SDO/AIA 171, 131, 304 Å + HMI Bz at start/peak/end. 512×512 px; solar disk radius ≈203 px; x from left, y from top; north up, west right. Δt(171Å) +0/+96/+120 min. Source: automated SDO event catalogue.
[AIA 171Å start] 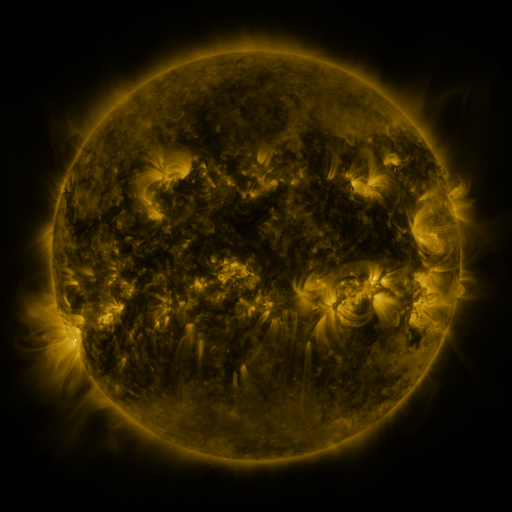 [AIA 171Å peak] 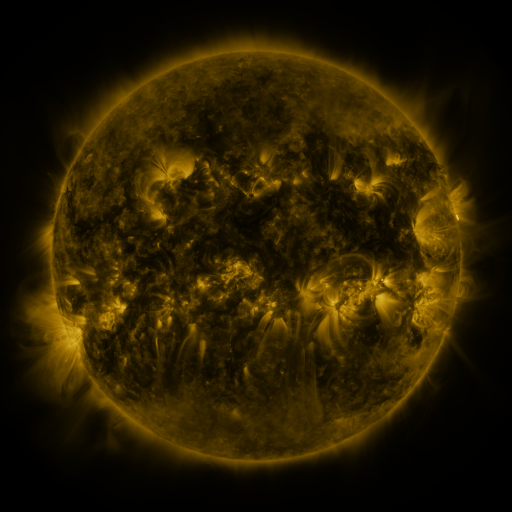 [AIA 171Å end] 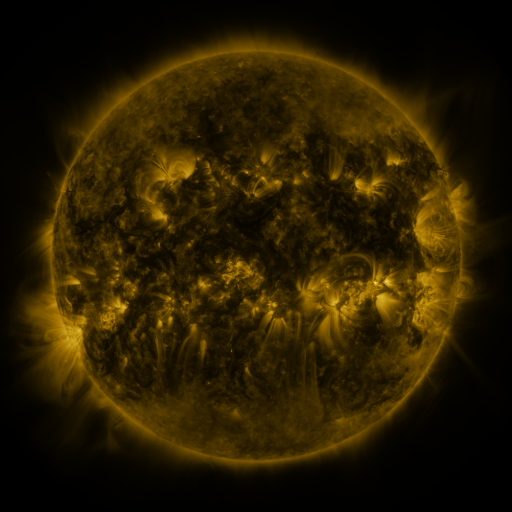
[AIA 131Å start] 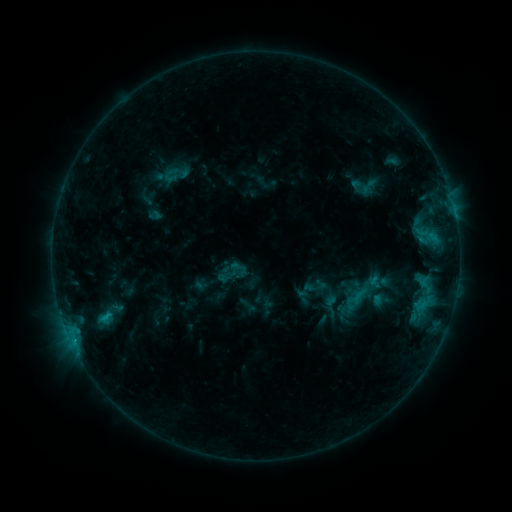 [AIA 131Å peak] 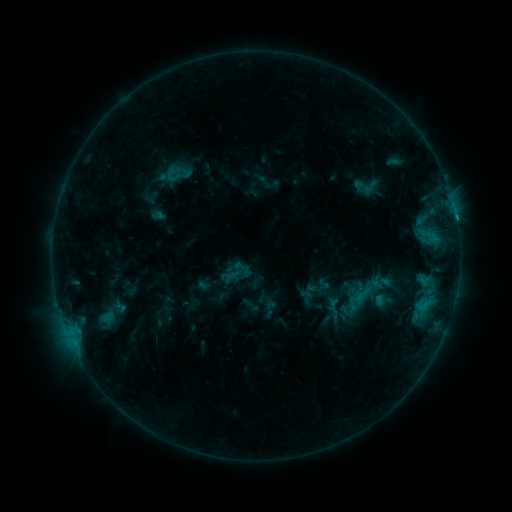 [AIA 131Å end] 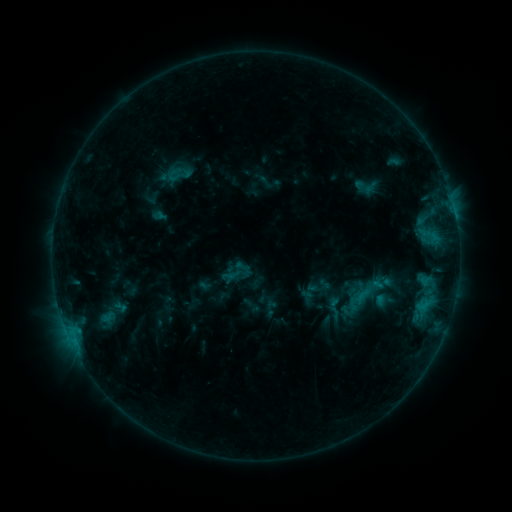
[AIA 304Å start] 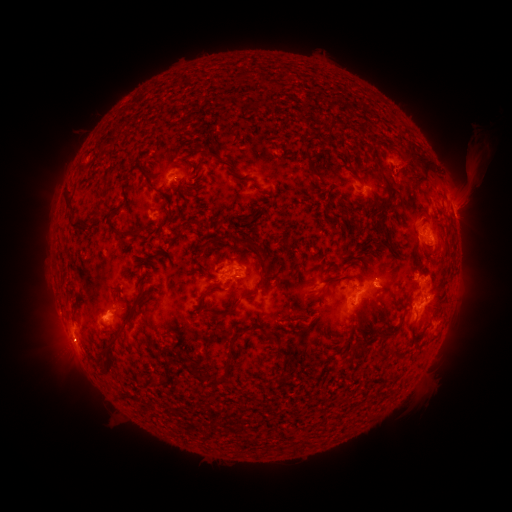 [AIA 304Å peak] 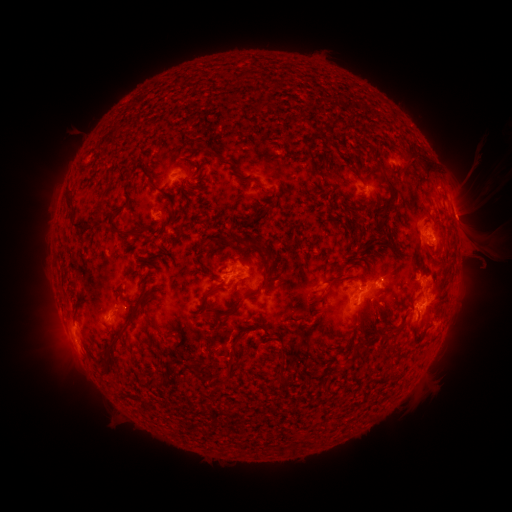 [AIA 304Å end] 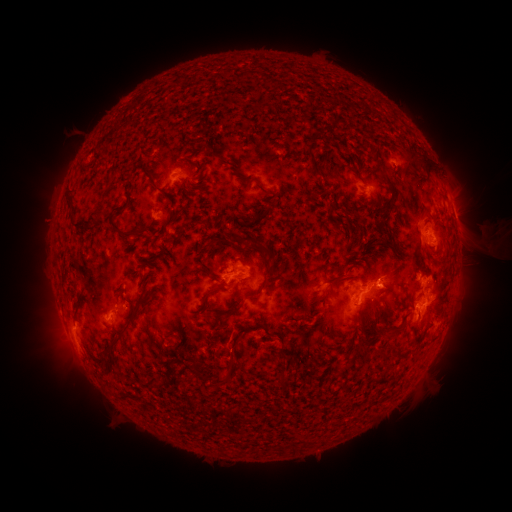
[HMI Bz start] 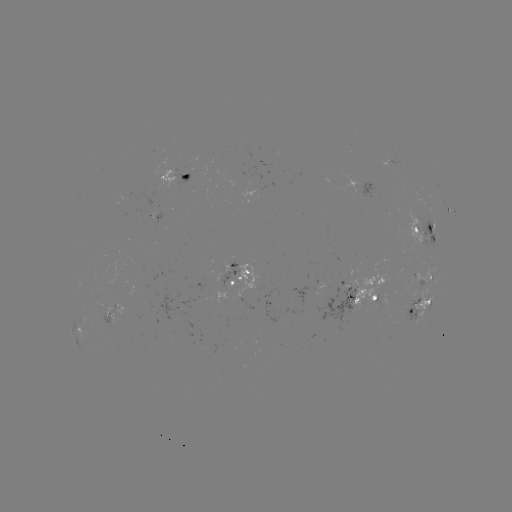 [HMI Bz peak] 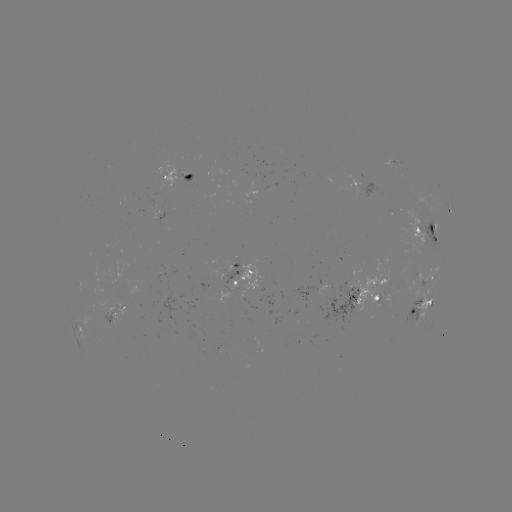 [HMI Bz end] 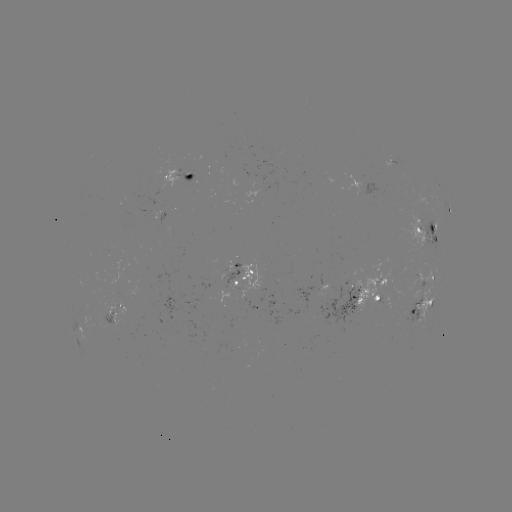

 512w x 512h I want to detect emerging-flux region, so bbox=[403, 297, 421, 325].